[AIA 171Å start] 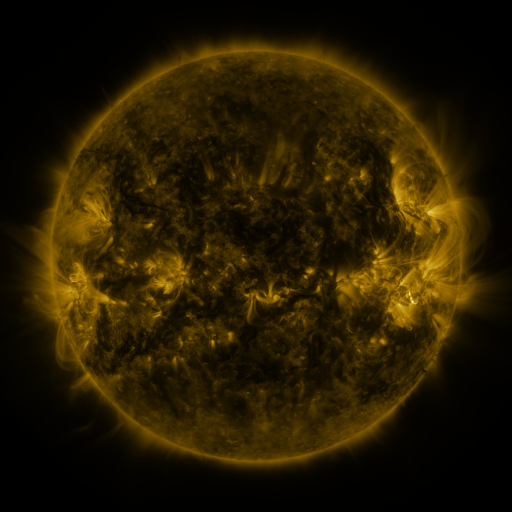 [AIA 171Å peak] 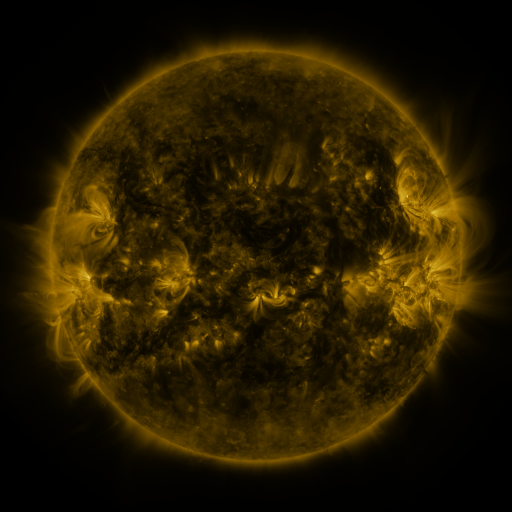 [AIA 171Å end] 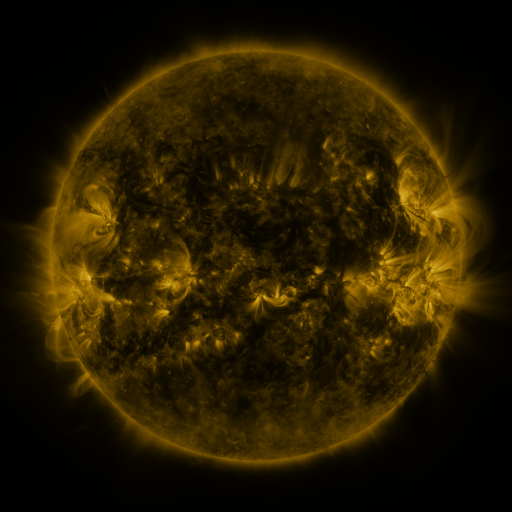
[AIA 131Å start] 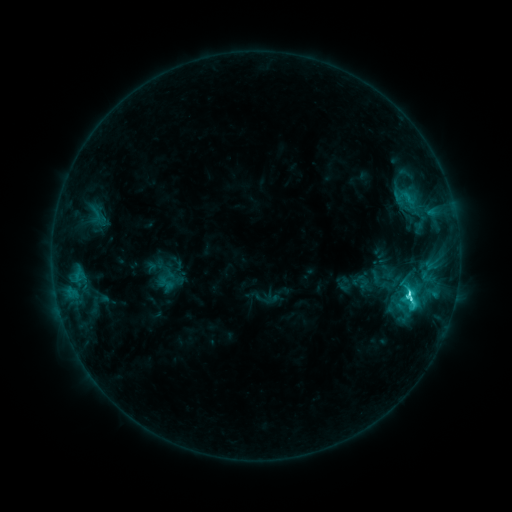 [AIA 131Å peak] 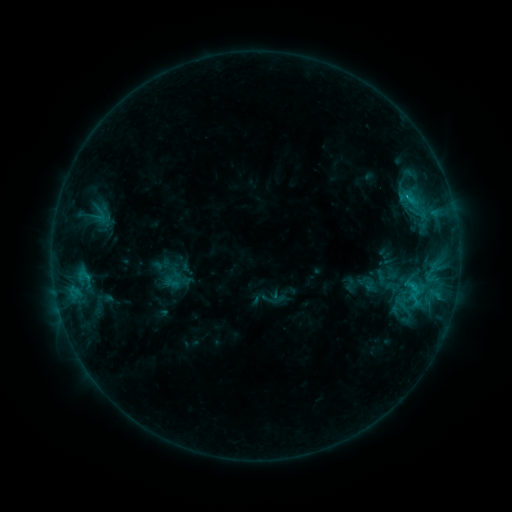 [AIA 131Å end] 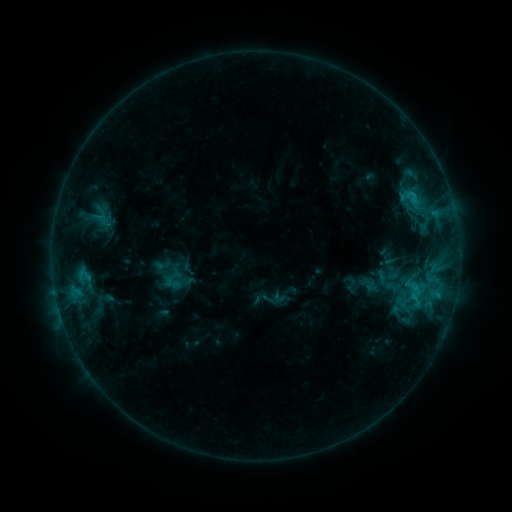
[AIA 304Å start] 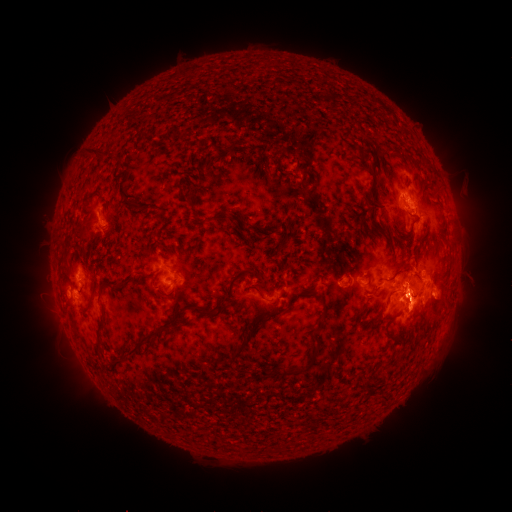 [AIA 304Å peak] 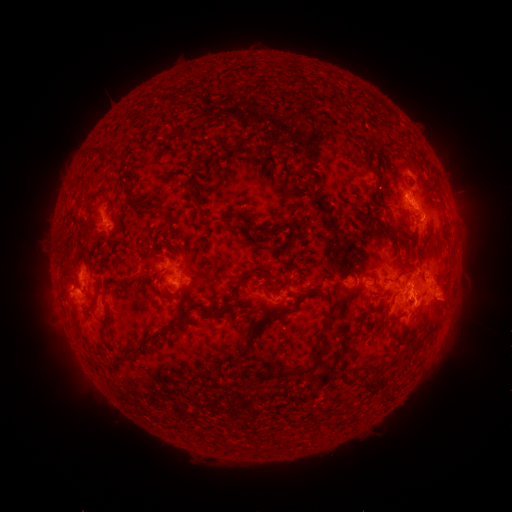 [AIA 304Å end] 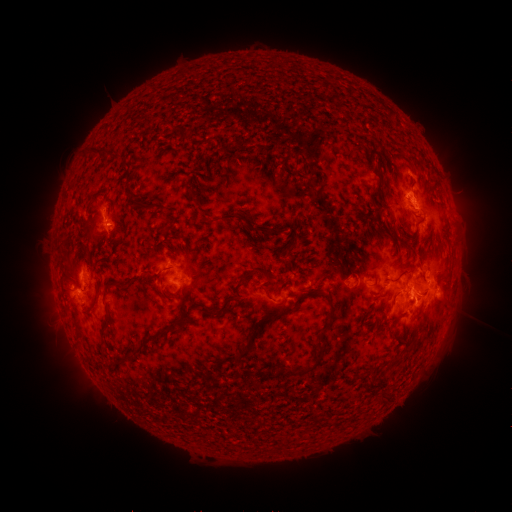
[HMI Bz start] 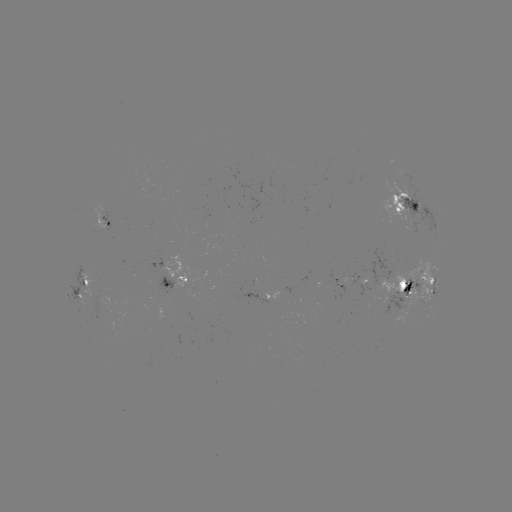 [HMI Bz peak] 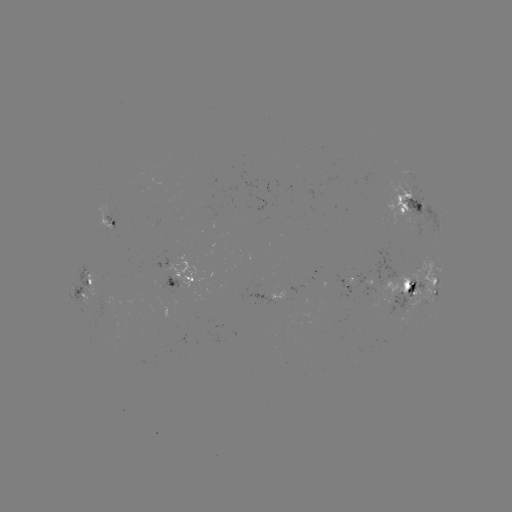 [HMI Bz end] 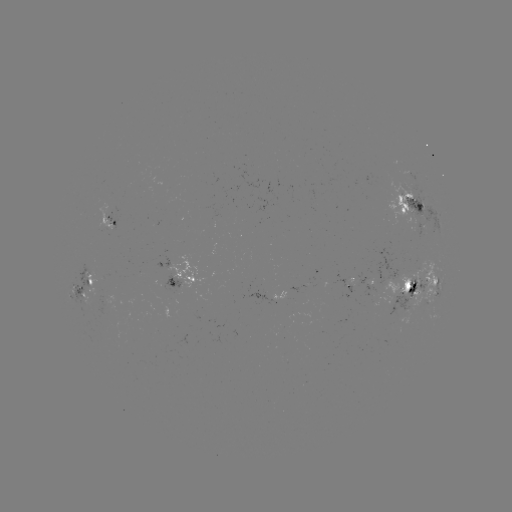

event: emerging-flux region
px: (204, 307)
